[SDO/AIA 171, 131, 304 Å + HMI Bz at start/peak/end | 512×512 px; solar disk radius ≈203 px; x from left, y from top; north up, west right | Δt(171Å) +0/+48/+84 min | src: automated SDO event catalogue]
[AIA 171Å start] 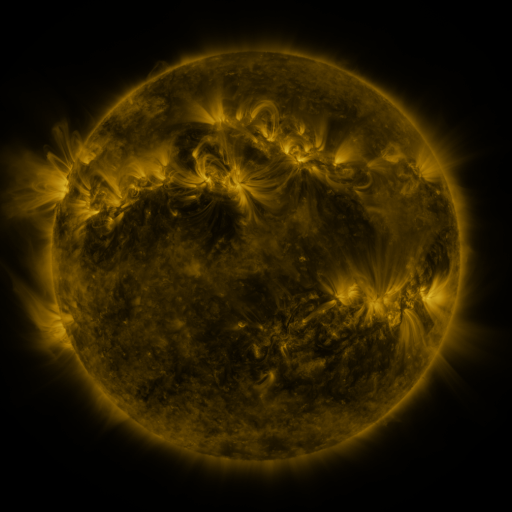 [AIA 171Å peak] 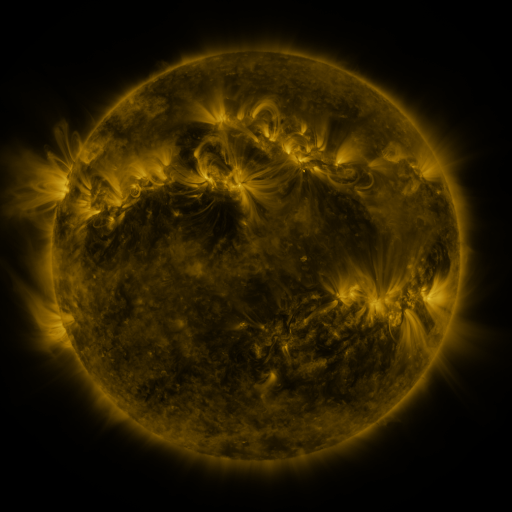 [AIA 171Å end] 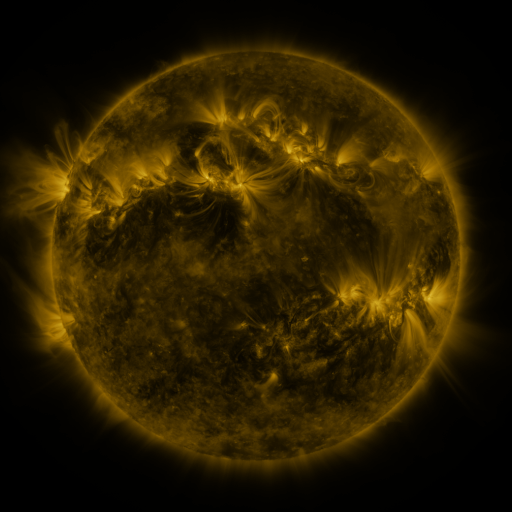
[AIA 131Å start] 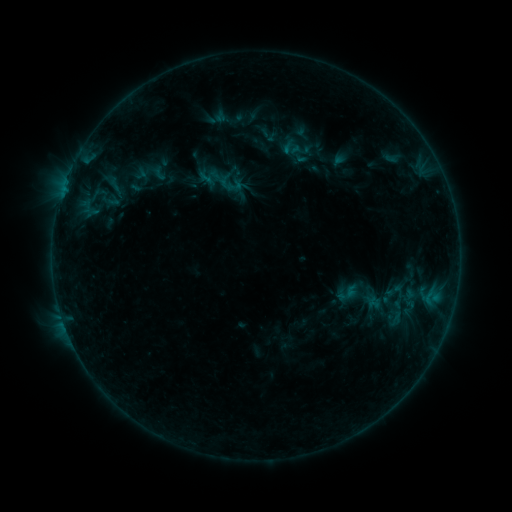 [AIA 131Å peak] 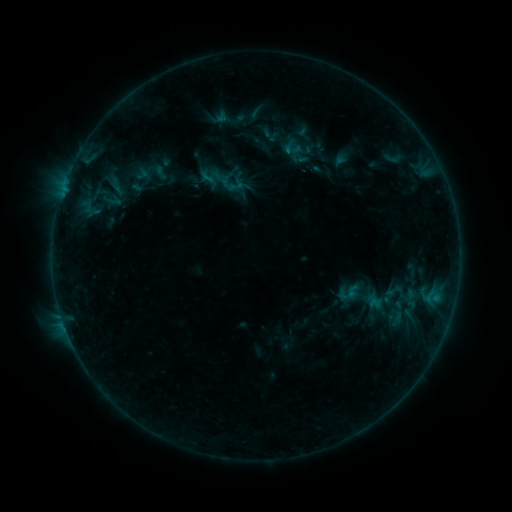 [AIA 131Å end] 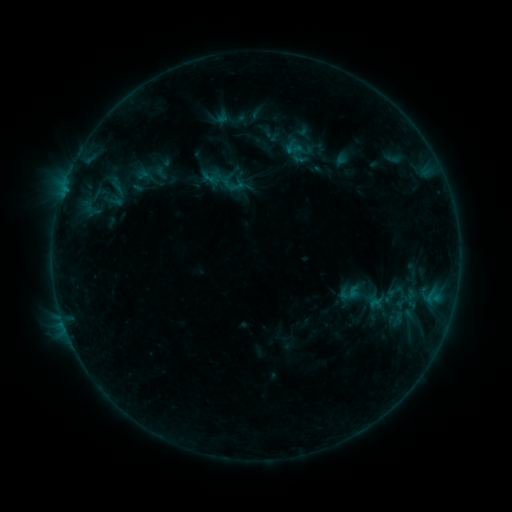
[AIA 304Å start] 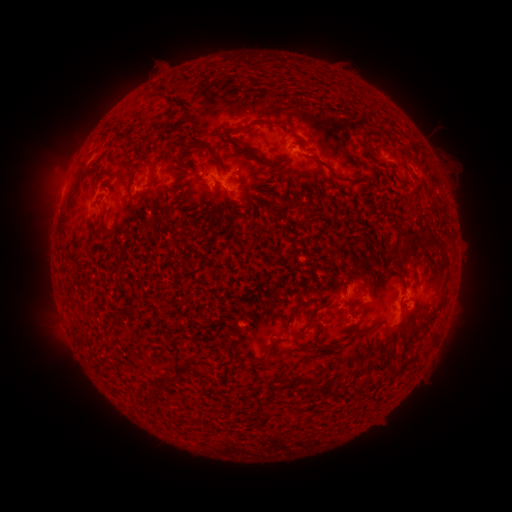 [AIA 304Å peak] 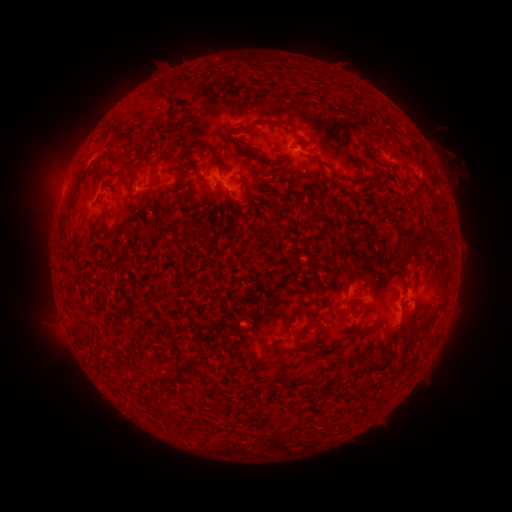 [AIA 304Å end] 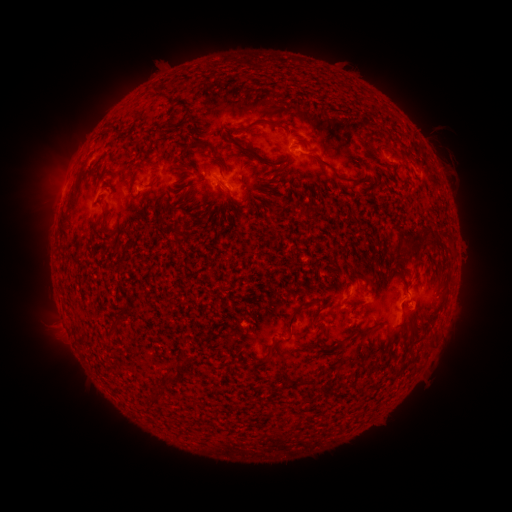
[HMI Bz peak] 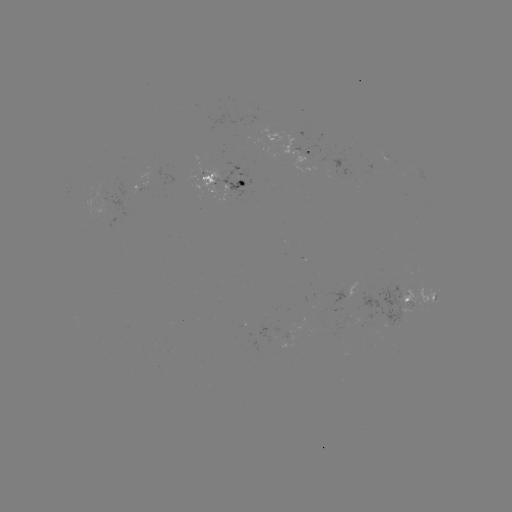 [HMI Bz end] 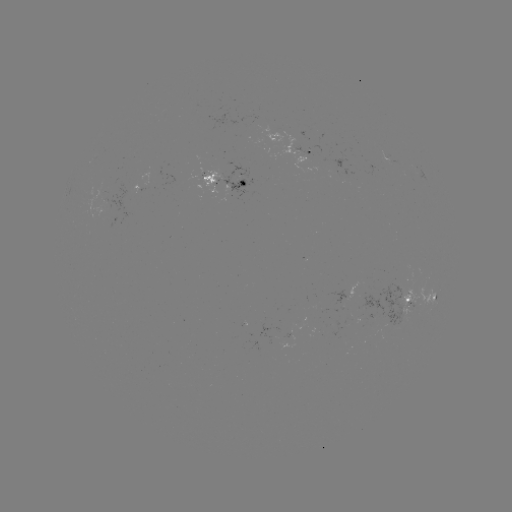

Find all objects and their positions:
emerging-flux region: (109, 203)
